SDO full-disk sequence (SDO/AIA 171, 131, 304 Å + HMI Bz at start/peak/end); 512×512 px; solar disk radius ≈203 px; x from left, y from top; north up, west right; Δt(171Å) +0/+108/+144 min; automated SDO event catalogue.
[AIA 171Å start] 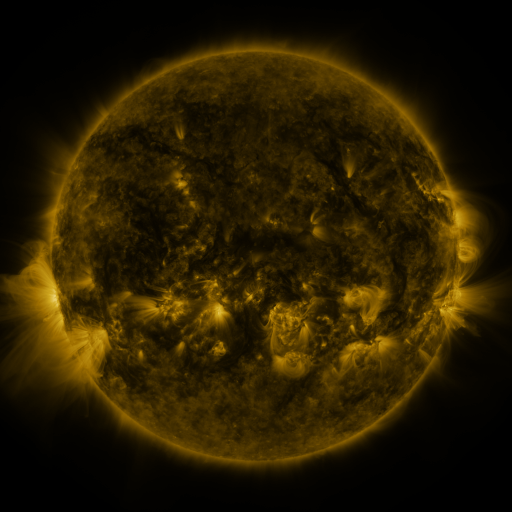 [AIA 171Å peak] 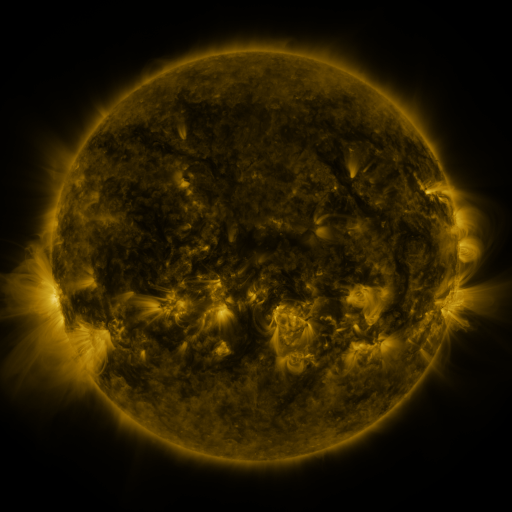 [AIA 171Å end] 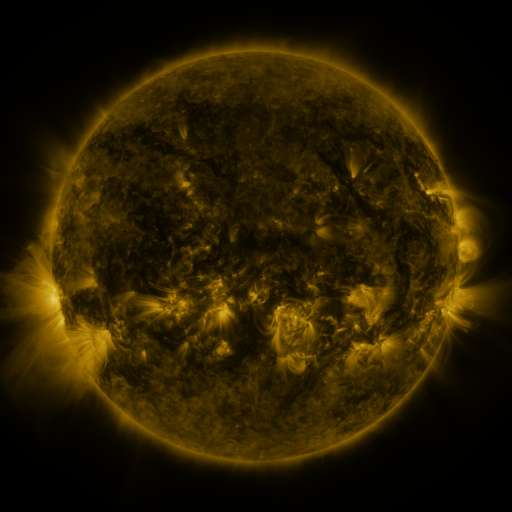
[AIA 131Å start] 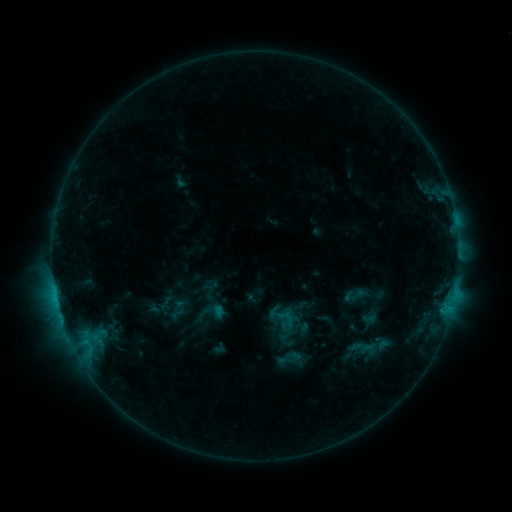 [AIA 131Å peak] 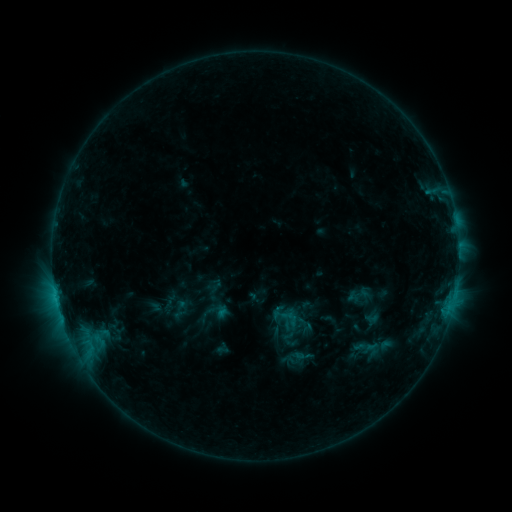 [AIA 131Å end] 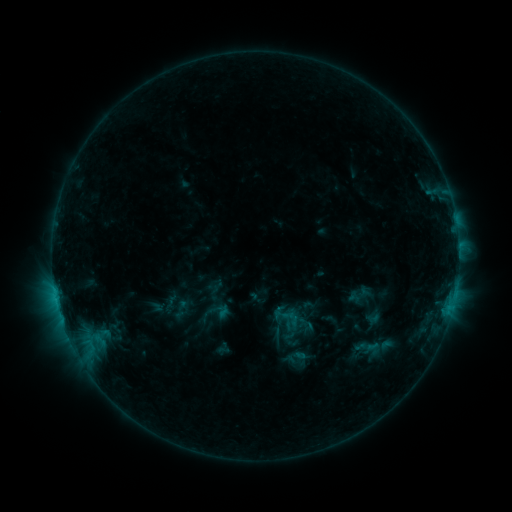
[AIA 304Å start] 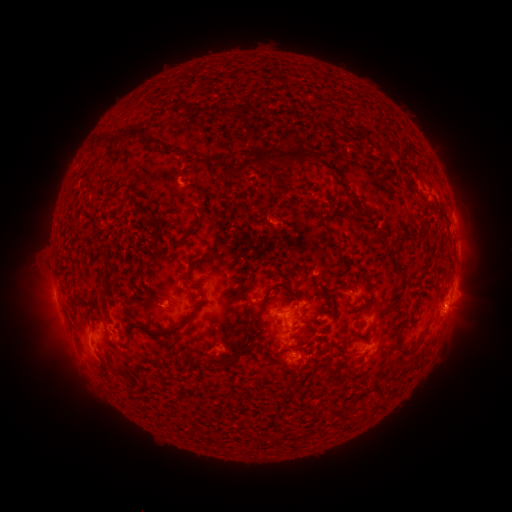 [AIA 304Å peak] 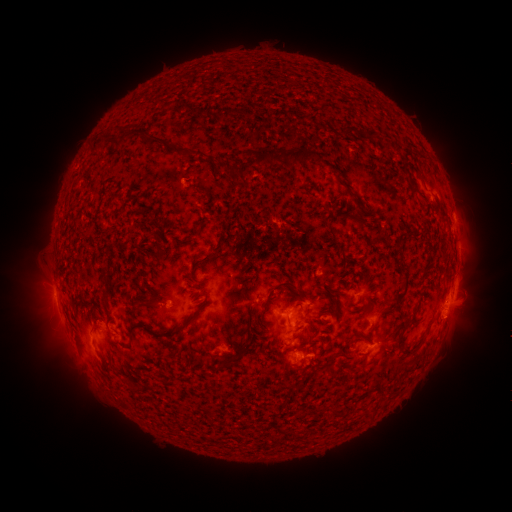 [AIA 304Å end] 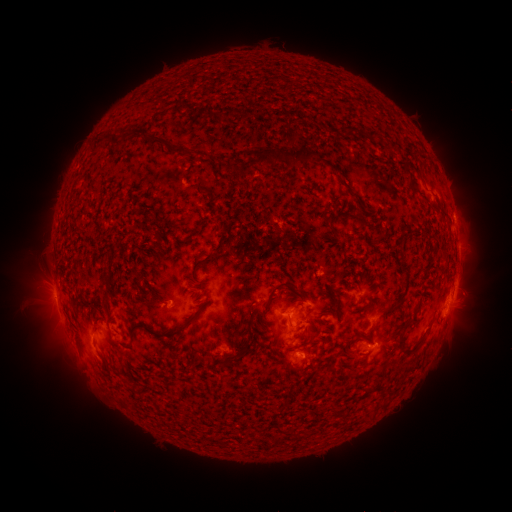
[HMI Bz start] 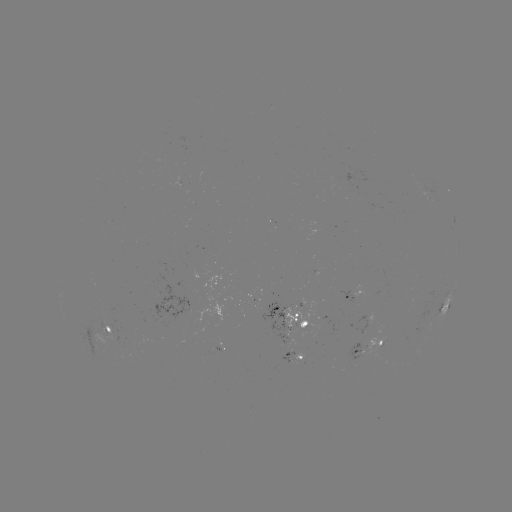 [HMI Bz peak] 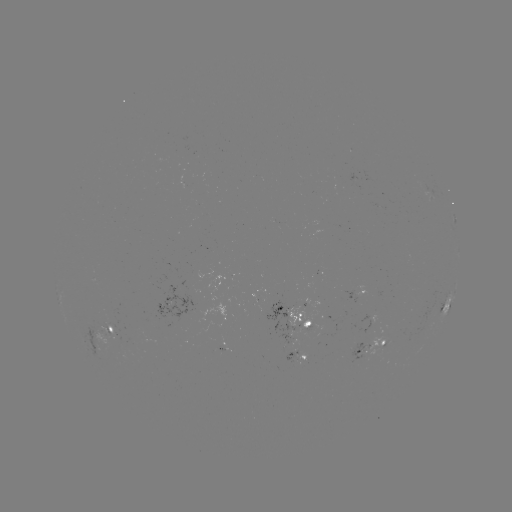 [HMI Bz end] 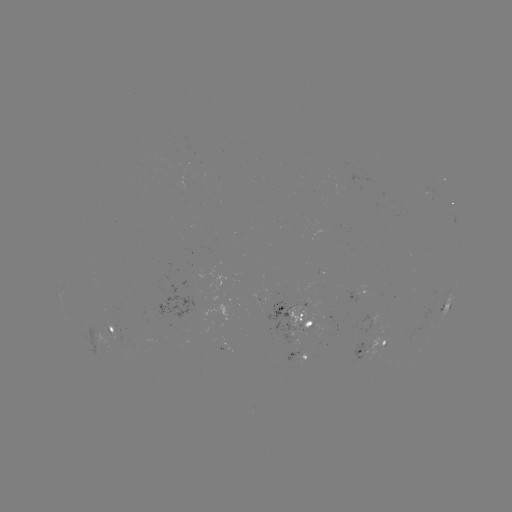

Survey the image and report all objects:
emerging-flux region: (115, 335)
